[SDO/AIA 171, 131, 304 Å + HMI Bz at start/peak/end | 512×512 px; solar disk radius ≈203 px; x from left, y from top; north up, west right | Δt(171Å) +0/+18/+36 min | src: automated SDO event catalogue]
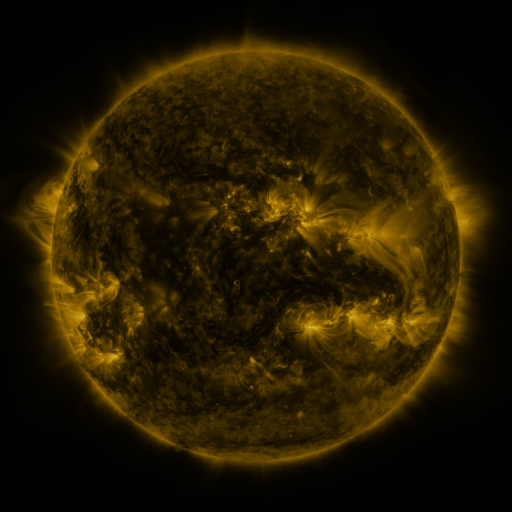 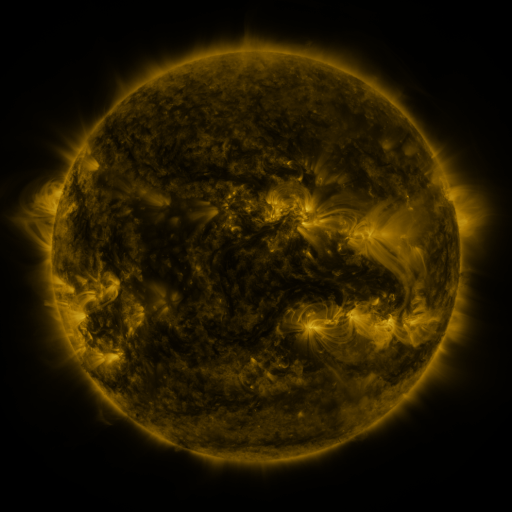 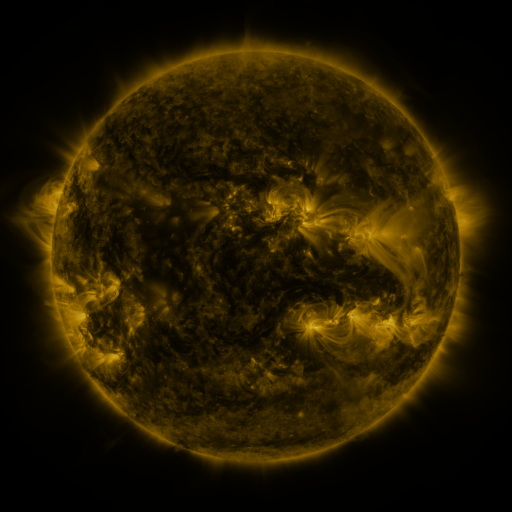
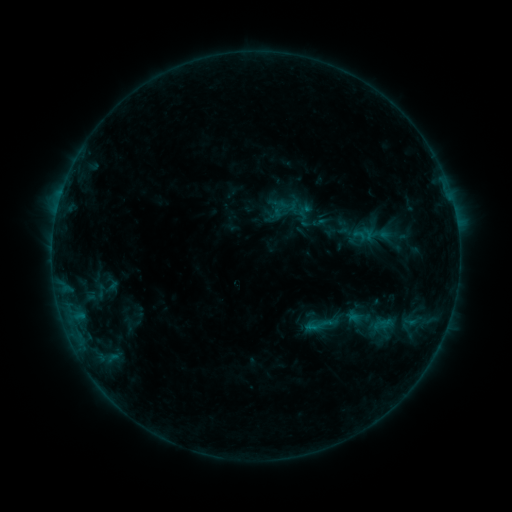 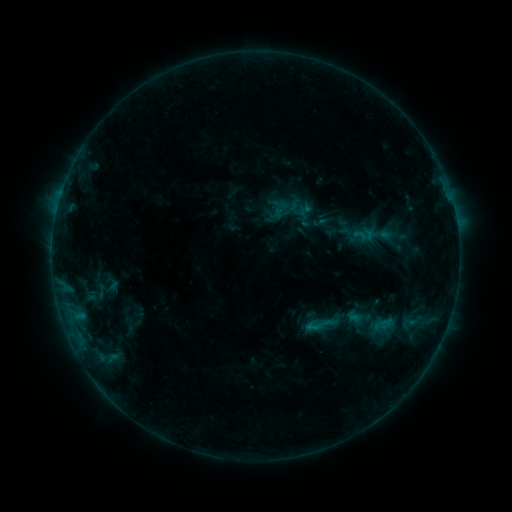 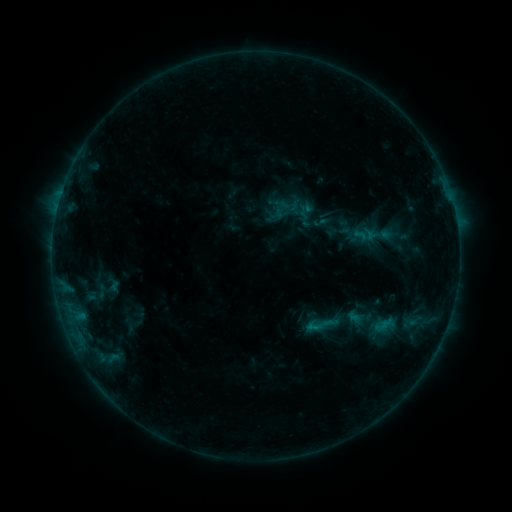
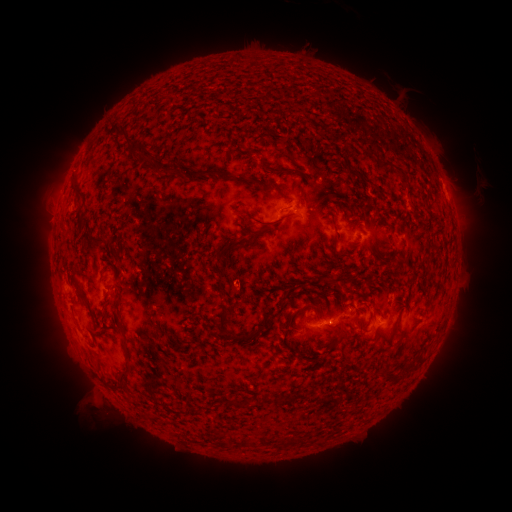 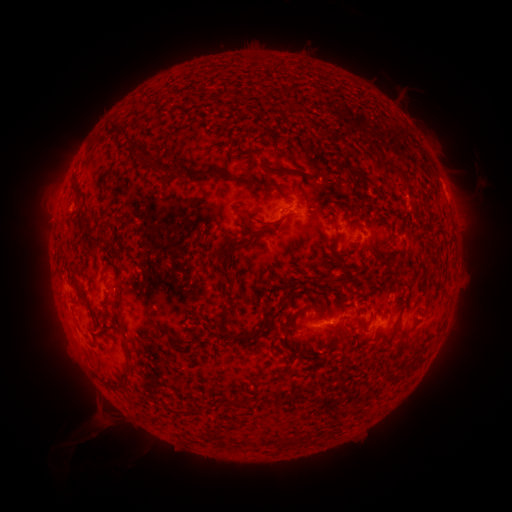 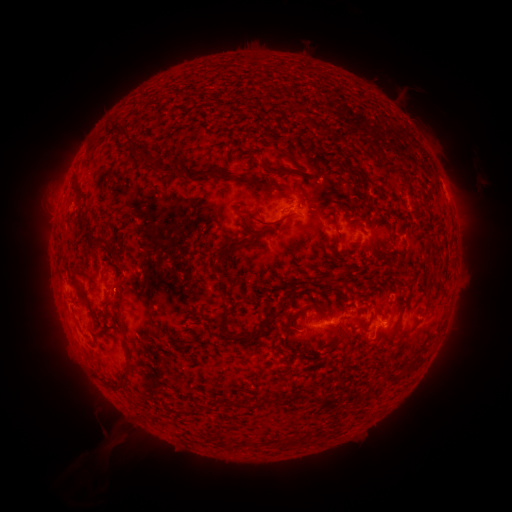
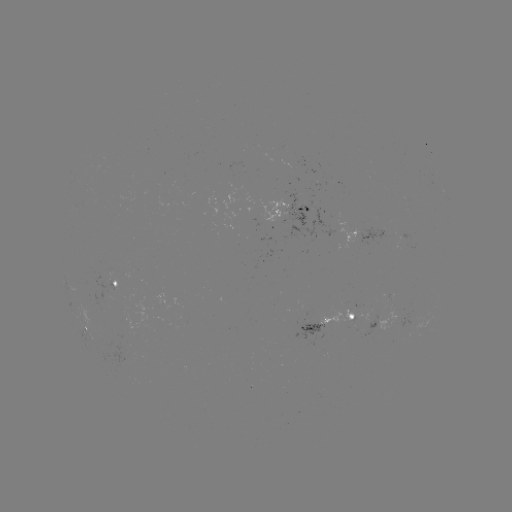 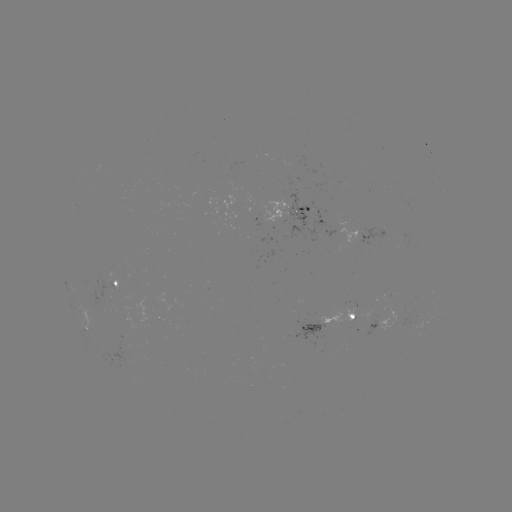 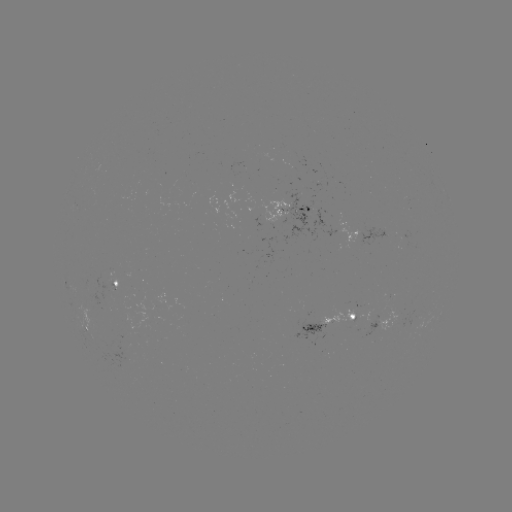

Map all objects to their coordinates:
eruption: (104, 424)
